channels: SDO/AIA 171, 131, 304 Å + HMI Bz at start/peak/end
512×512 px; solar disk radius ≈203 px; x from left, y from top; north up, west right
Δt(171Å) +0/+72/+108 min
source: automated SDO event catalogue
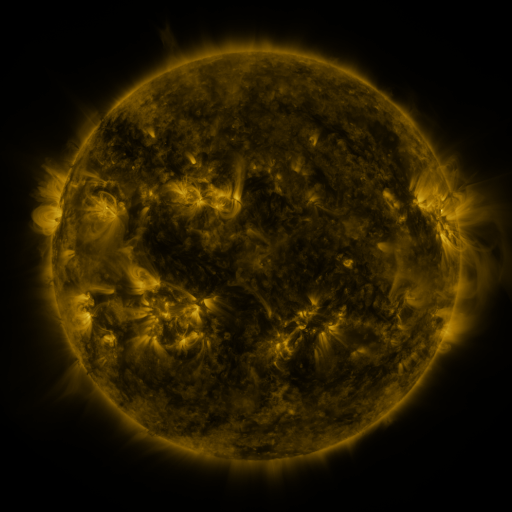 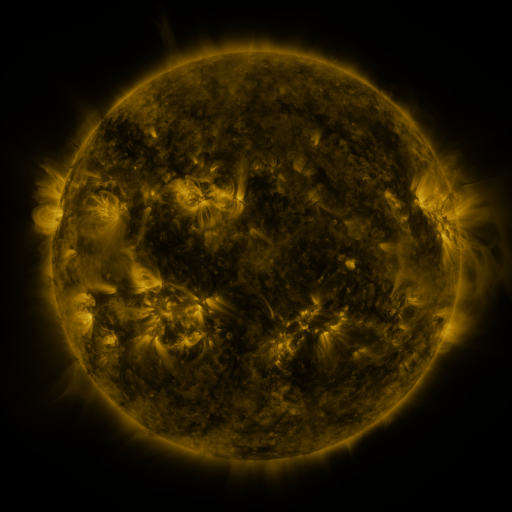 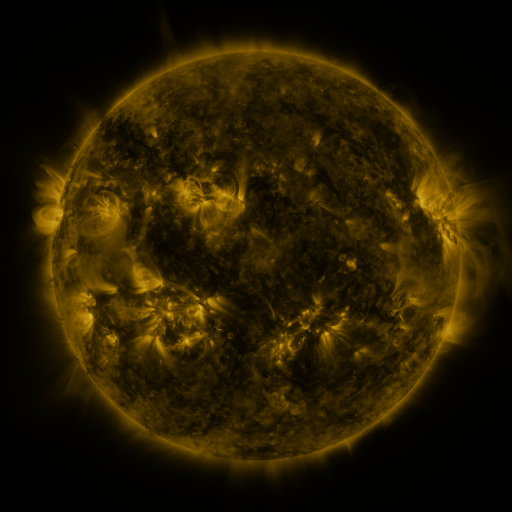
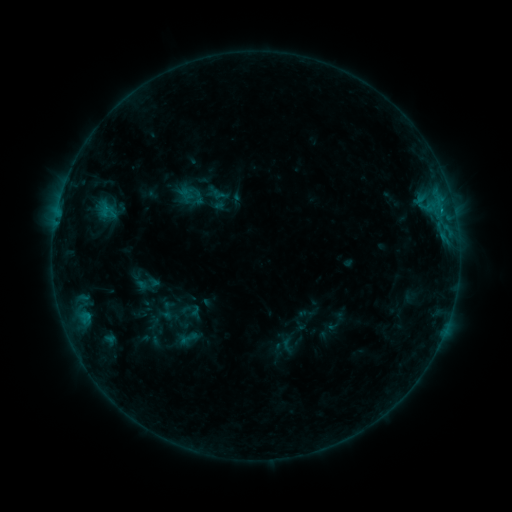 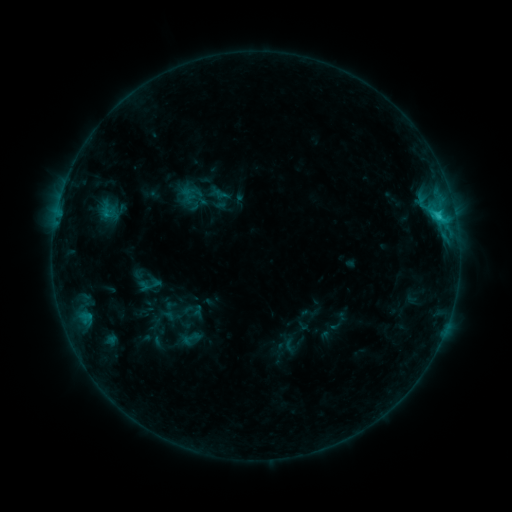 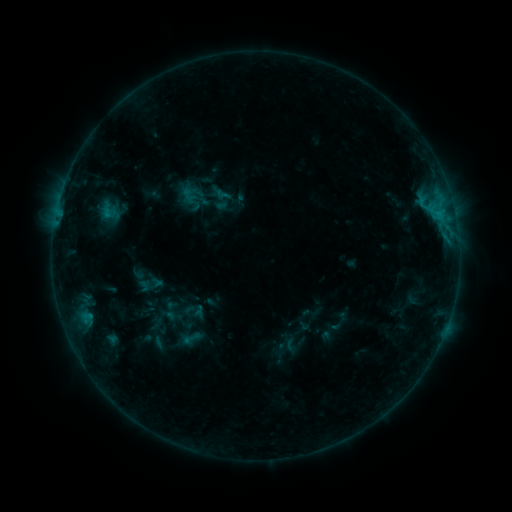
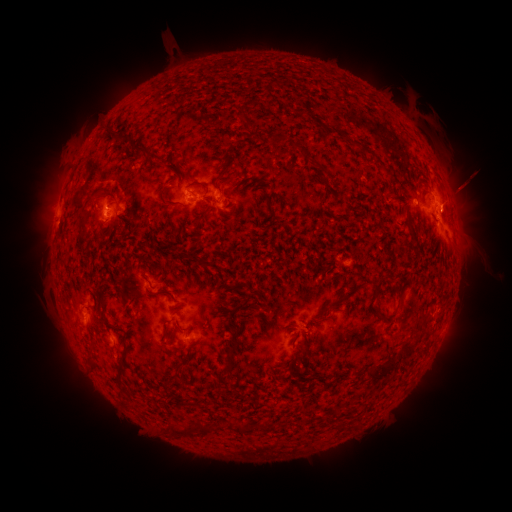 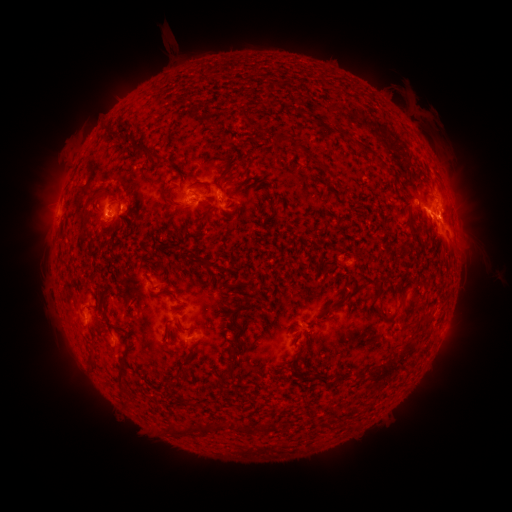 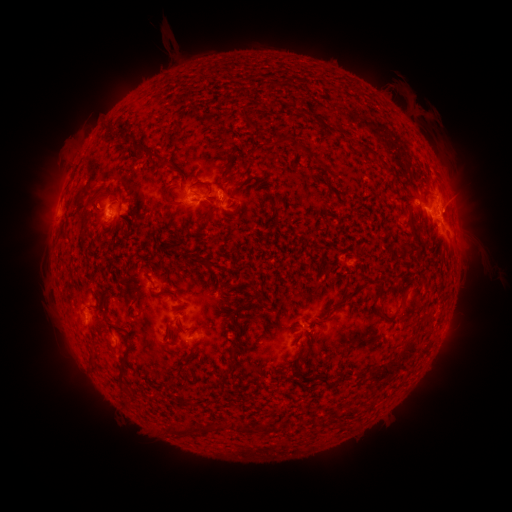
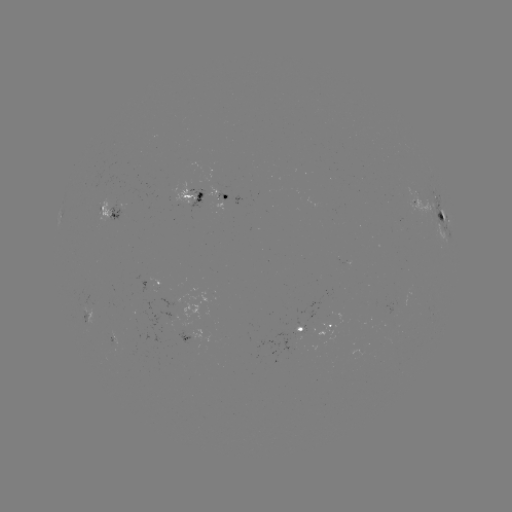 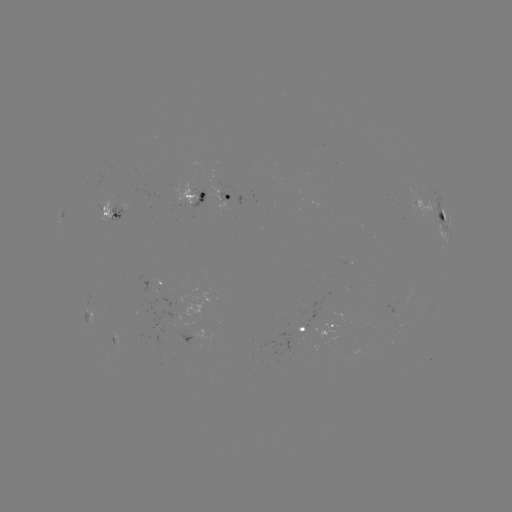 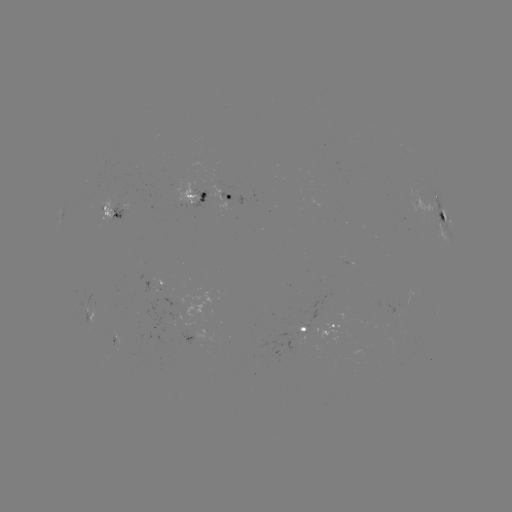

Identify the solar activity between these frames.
emerging-flux region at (180, 200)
